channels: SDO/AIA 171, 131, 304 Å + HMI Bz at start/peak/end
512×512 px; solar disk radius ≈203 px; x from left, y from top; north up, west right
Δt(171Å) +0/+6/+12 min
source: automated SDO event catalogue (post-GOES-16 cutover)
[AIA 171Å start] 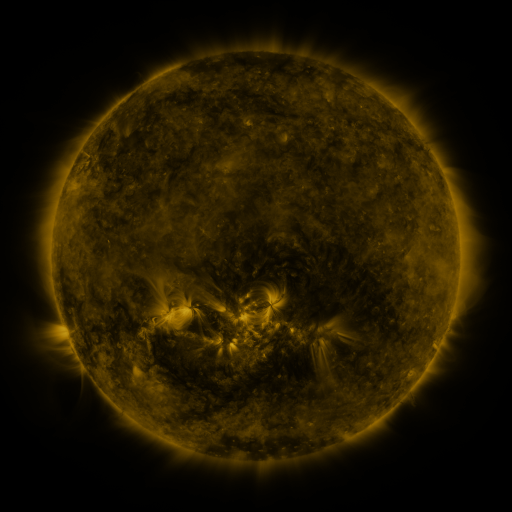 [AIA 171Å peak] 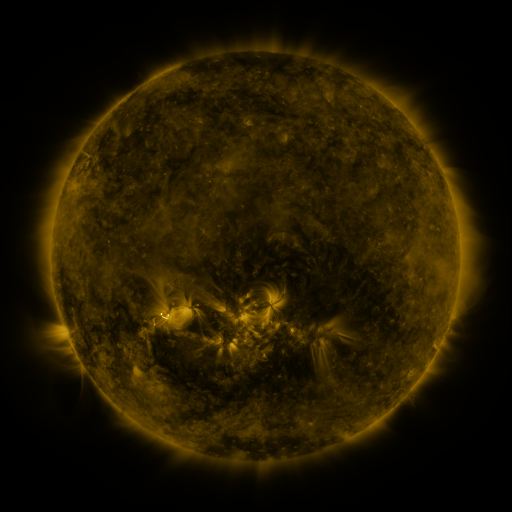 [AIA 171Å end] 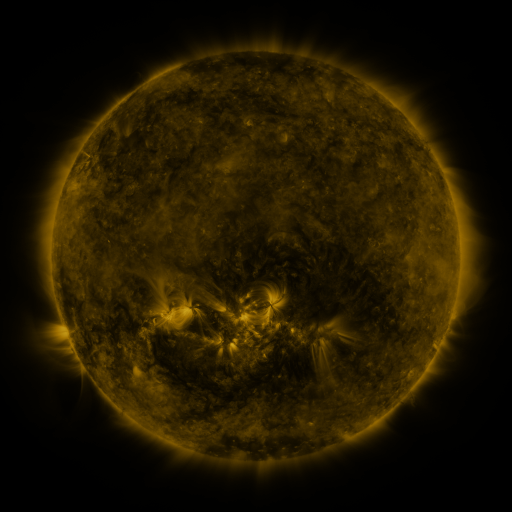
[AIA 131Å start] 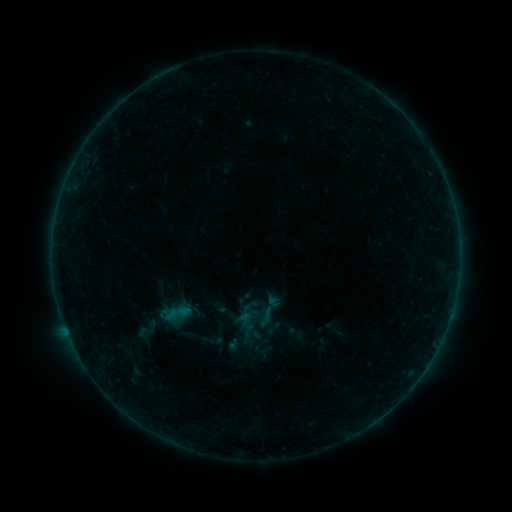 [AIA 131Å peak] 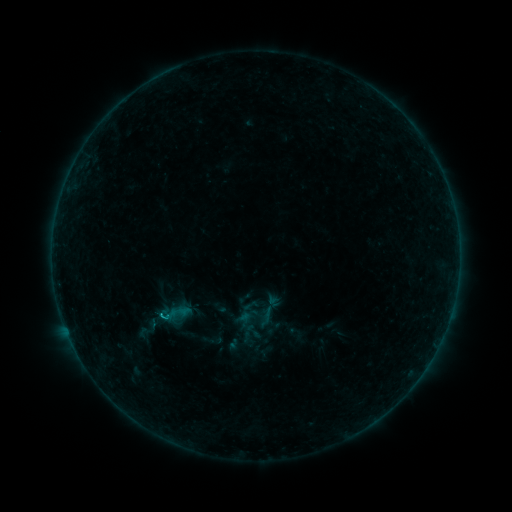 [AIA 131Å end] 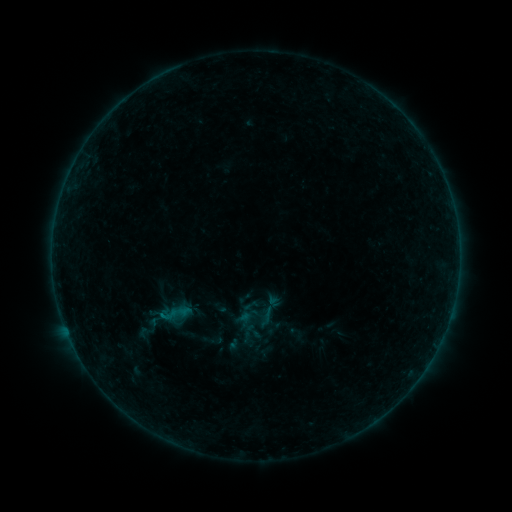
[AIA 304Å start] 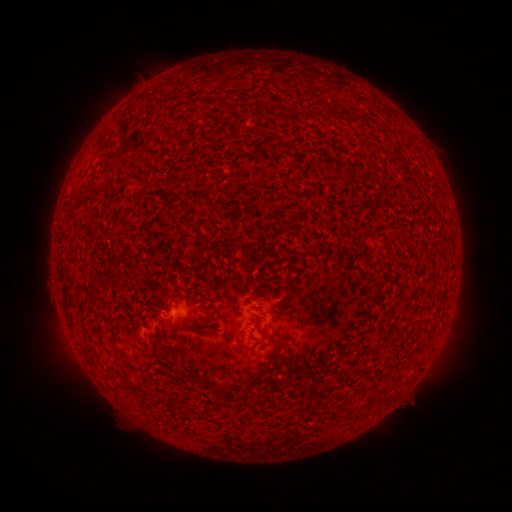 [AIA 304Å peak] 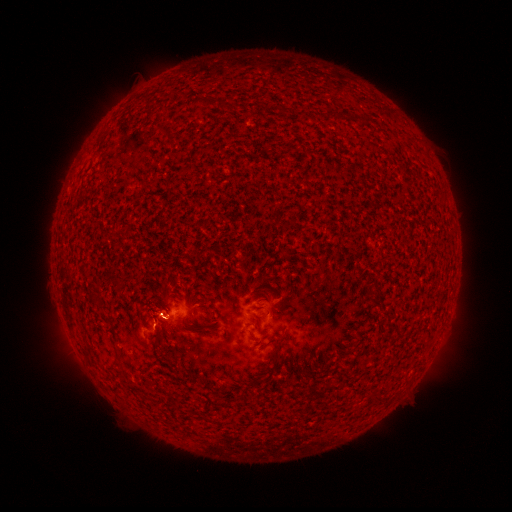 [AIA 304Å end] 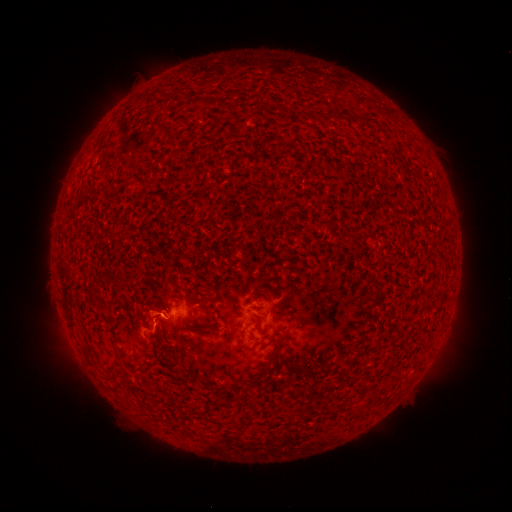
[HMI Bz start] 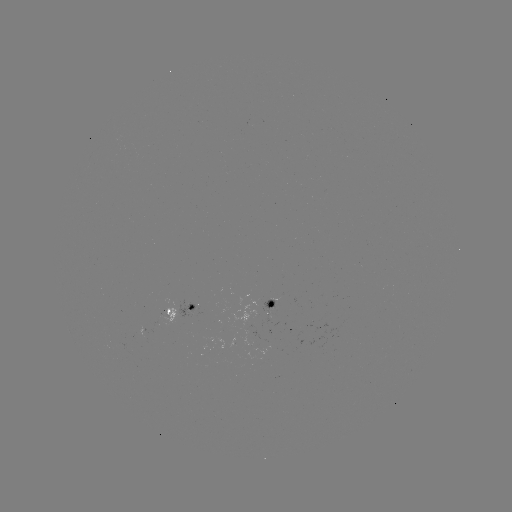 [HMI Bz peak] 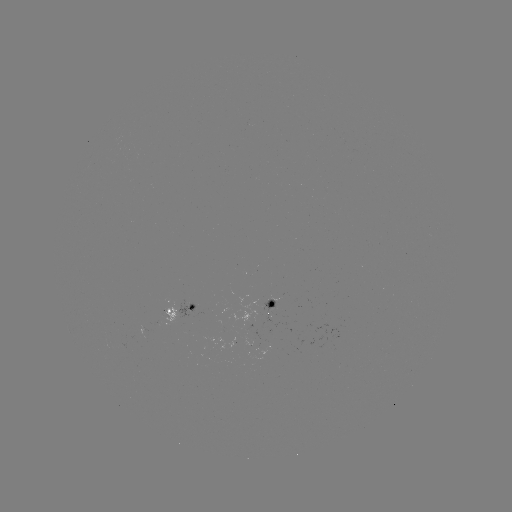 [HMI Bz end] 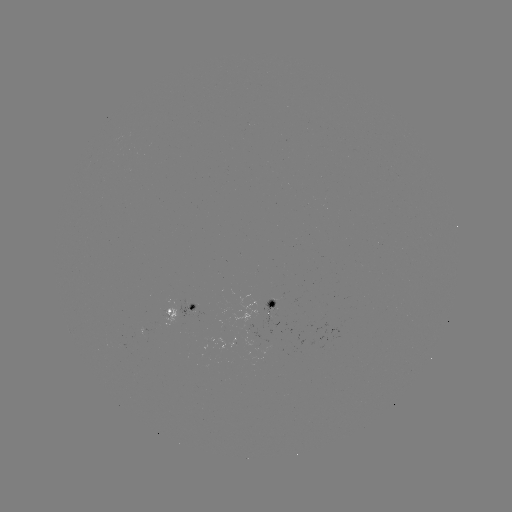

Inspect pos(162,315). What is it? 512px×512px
B3.4 flare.